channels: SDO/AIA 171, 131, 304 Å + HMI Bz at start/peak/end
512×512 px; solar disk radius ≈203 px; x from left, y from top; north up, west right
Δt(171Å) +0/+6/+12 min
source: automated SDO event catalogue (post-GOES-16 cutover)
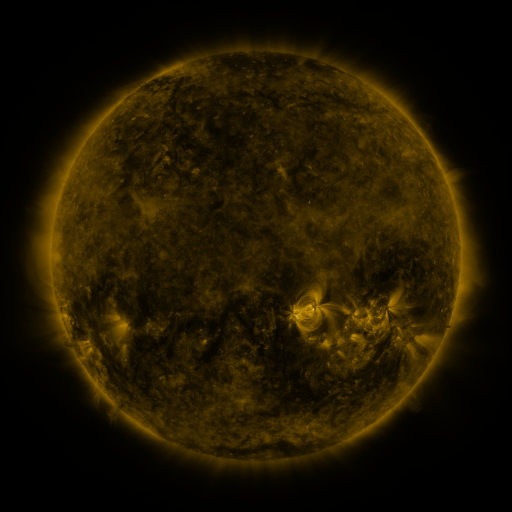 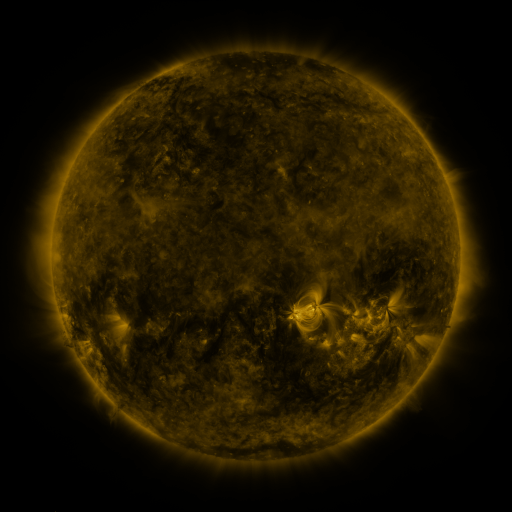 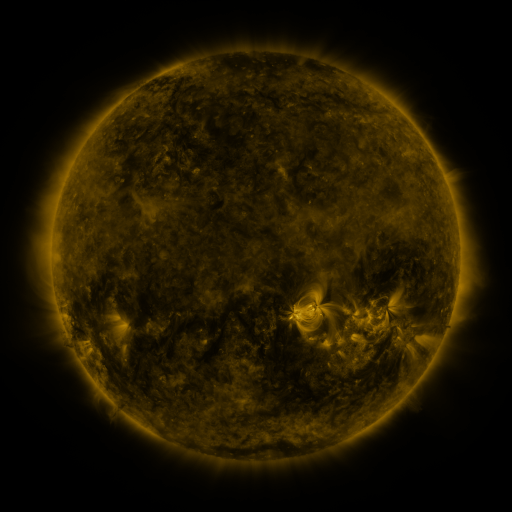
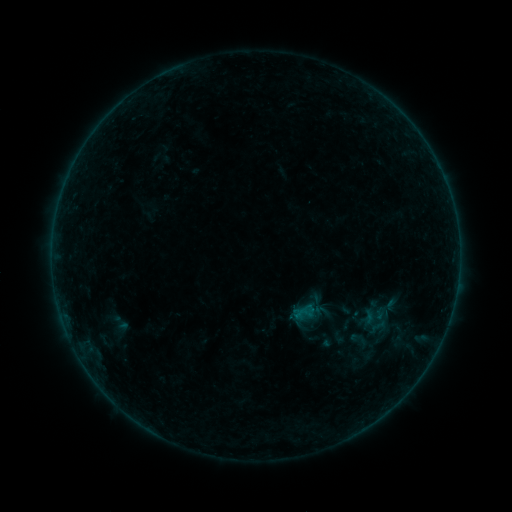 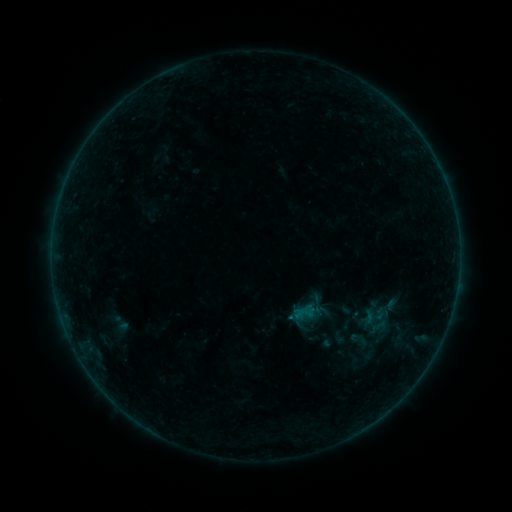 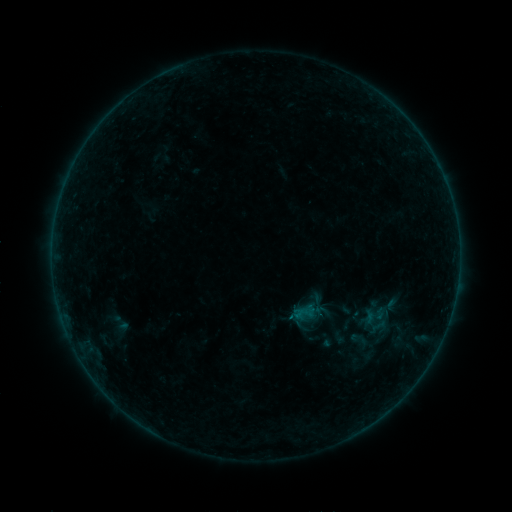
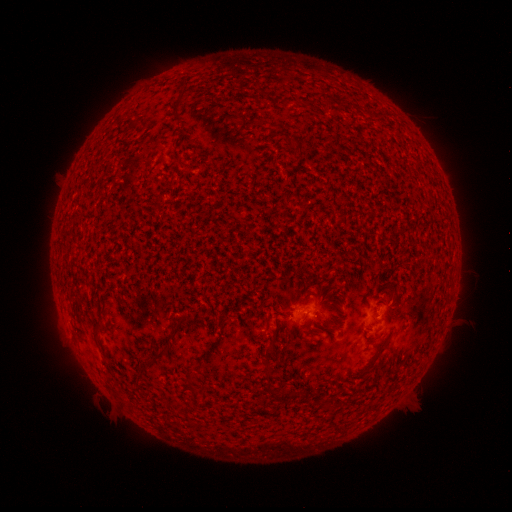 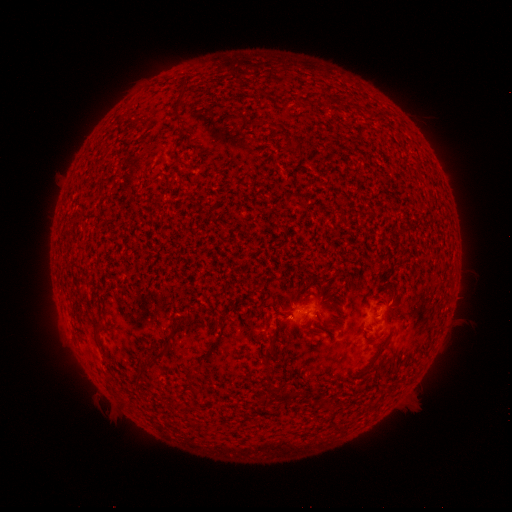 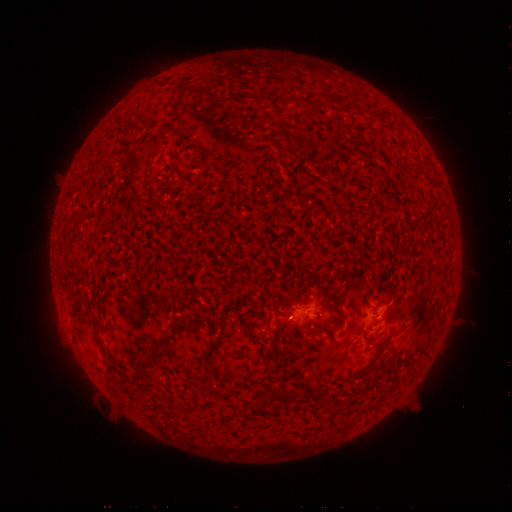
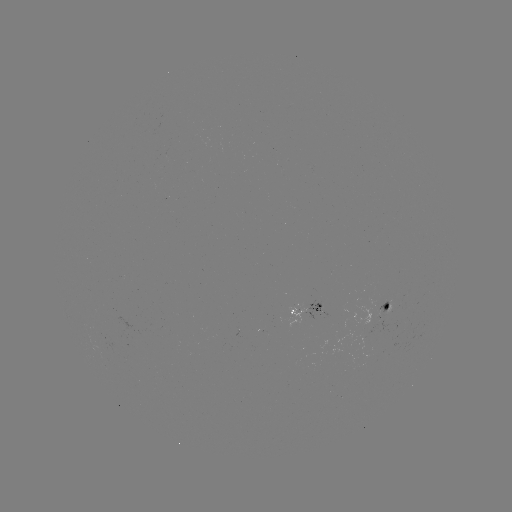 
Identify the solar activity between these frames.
B1.1 flare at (289, 316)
